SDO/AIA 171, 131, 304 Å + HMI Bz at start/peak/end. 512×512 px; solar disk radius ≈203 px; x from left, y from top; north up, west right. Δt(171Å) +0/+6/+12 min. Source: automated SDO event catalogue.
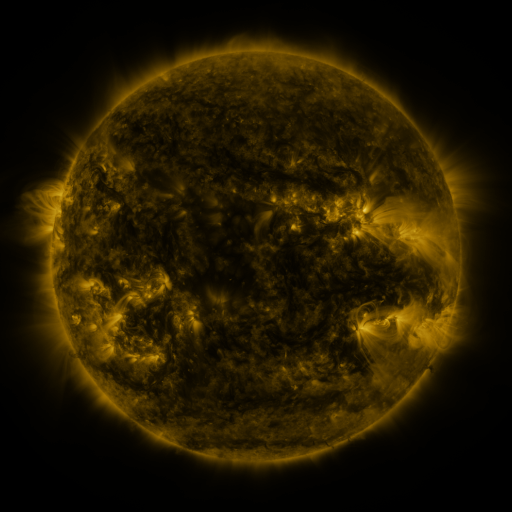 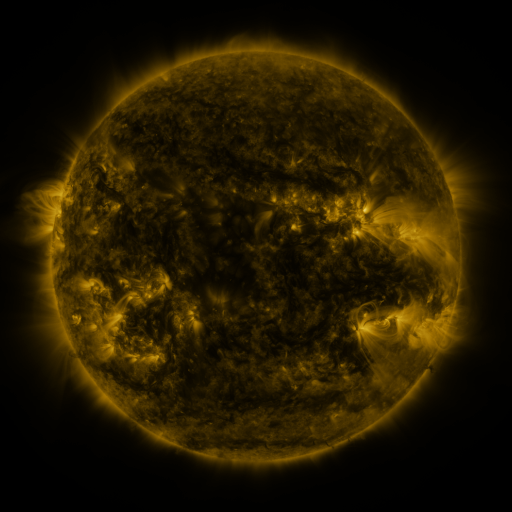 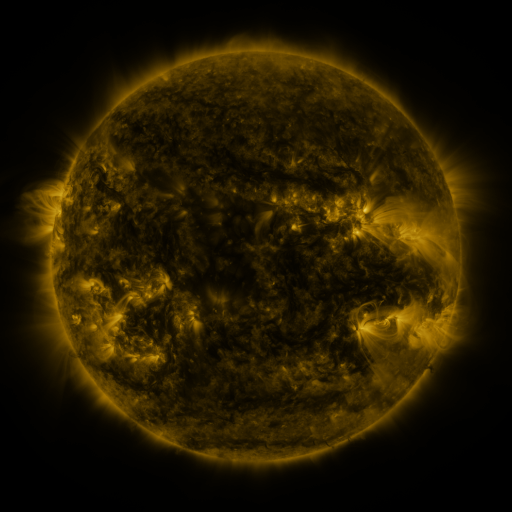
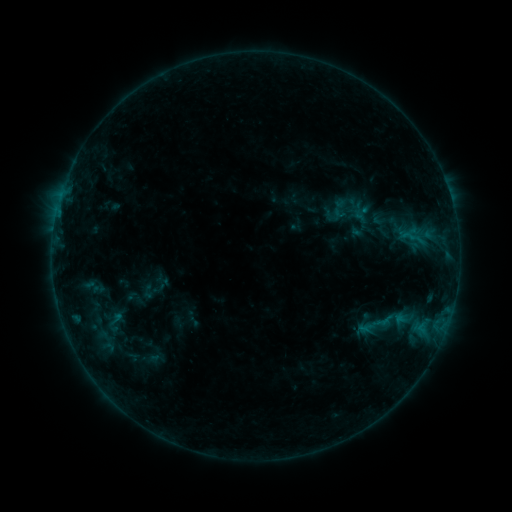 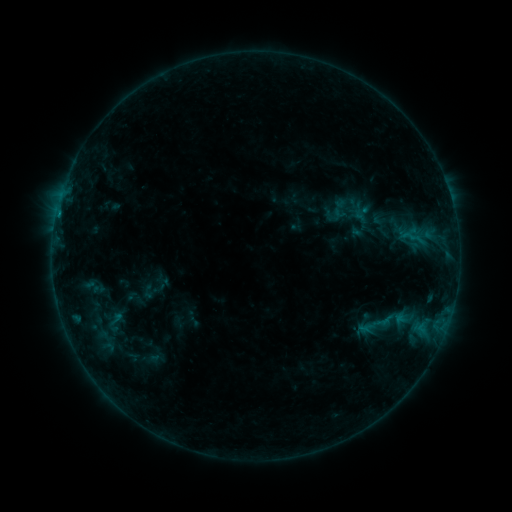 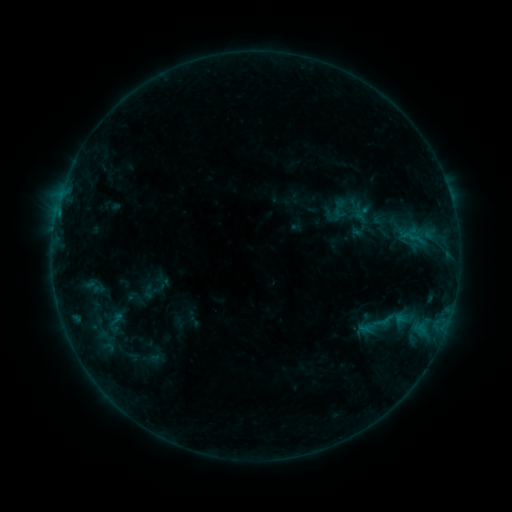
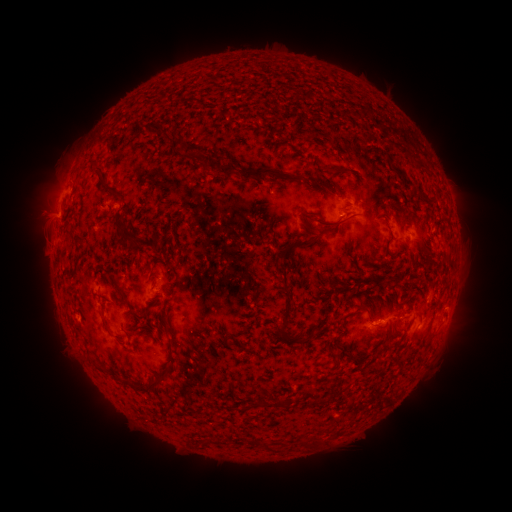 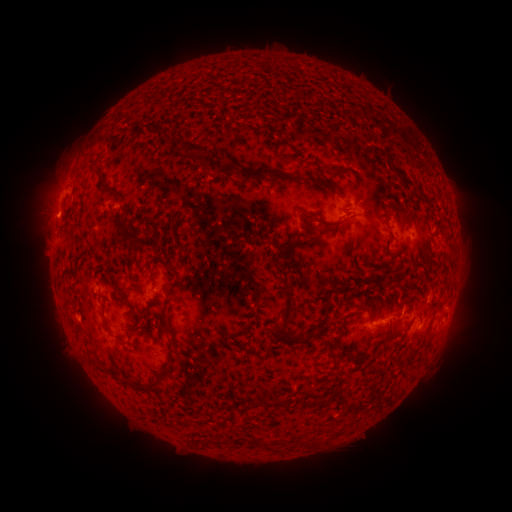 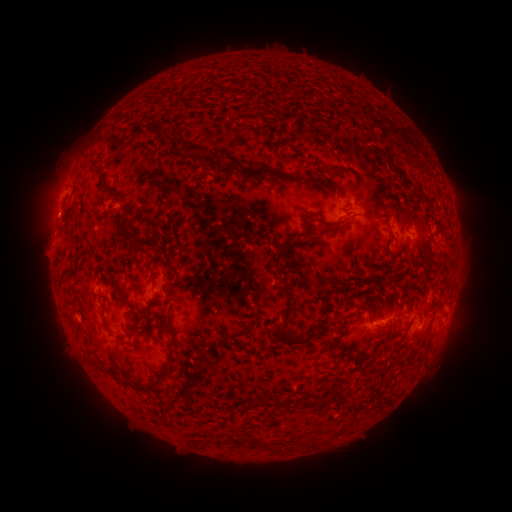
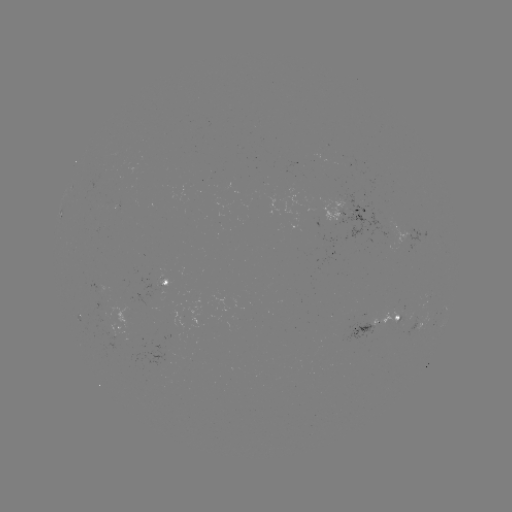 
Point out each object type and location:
B4.5 flare: (58, 216)
